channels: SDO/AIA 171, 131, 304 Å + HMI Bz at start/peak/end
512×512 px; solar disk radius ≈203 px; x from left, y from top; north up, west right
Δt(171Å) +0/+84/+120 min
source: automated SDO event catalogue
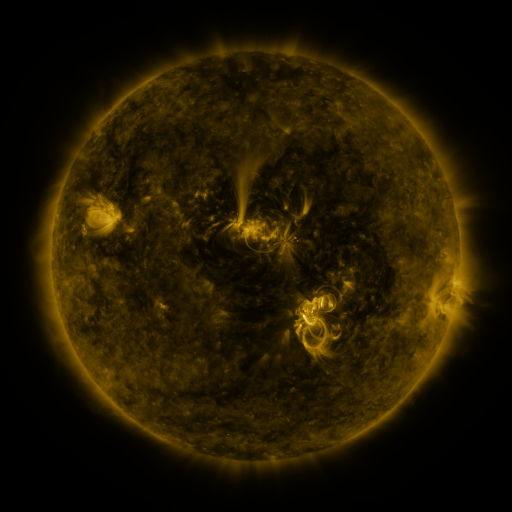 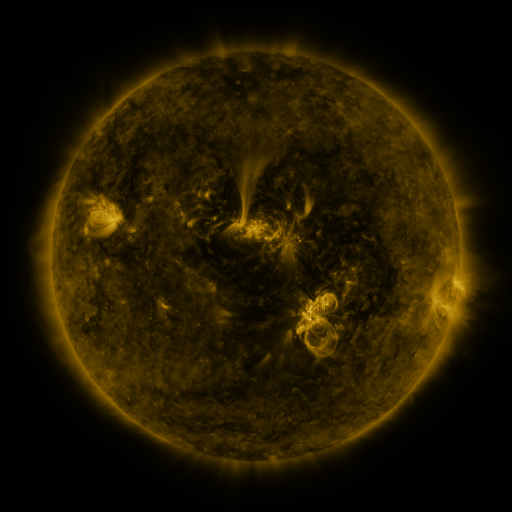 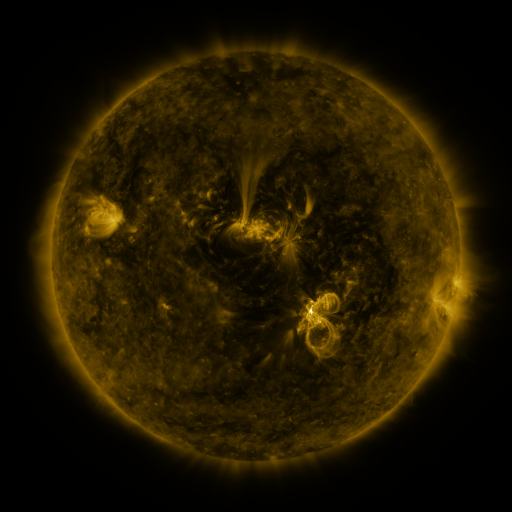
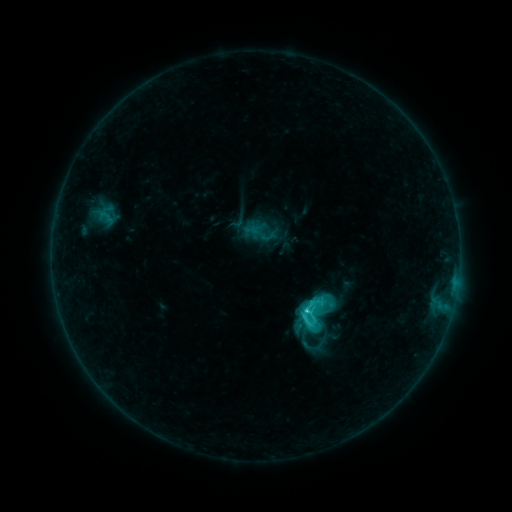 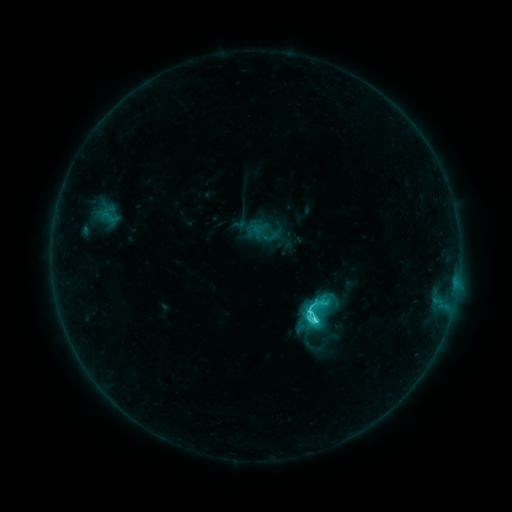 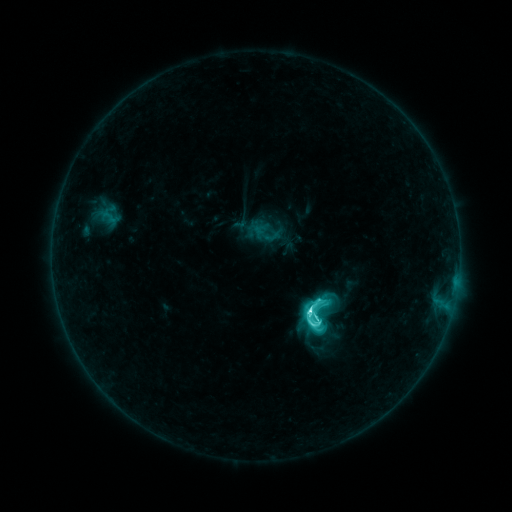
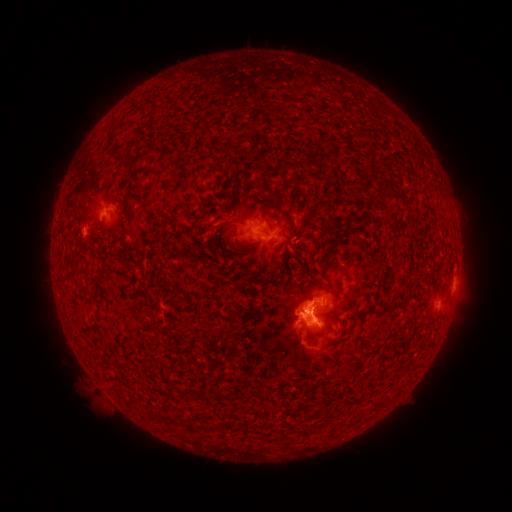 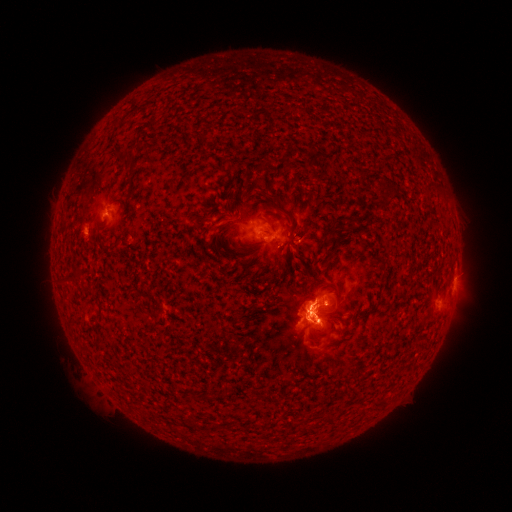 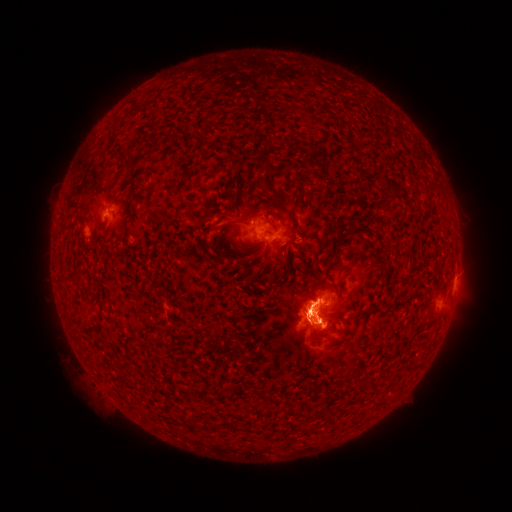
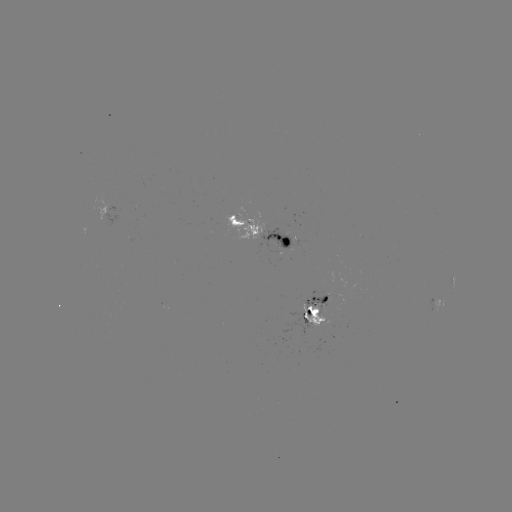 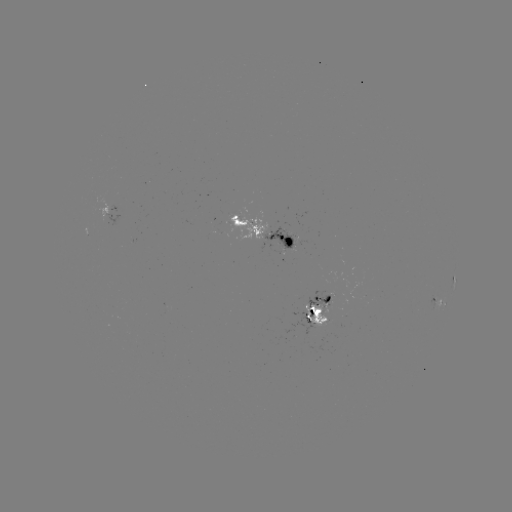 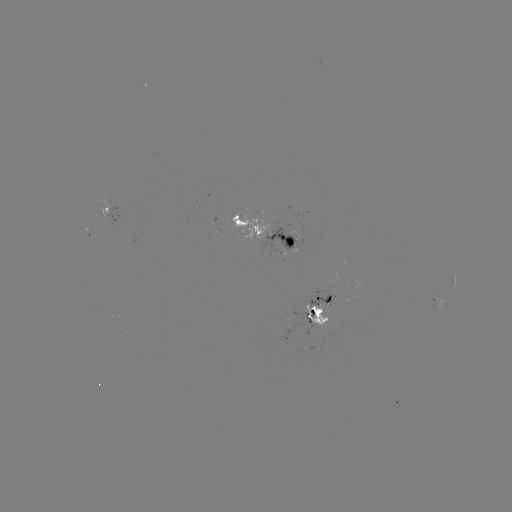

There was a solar emerging-flux region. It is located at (298, 244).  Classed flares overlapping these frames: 1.